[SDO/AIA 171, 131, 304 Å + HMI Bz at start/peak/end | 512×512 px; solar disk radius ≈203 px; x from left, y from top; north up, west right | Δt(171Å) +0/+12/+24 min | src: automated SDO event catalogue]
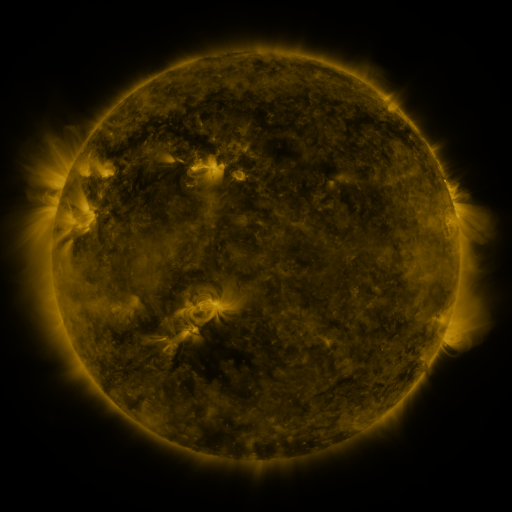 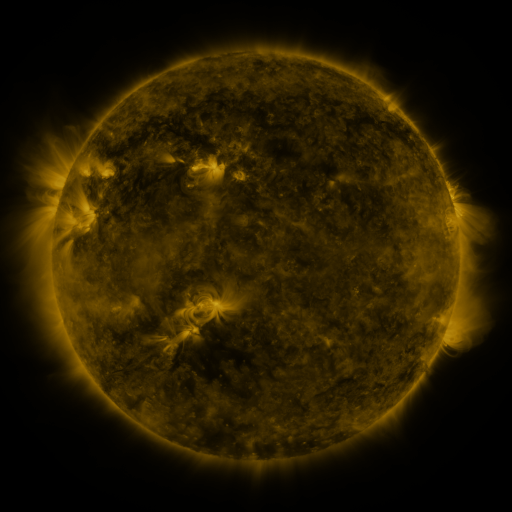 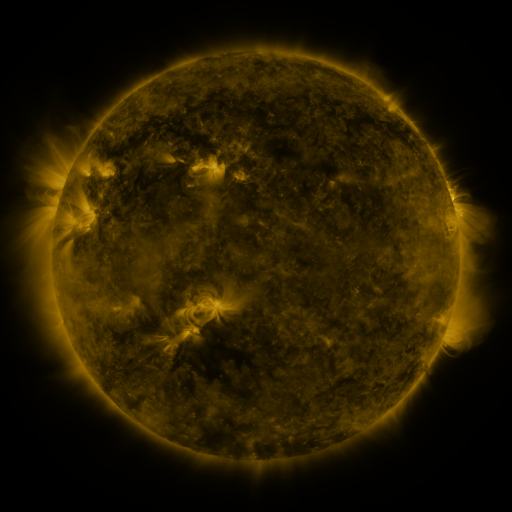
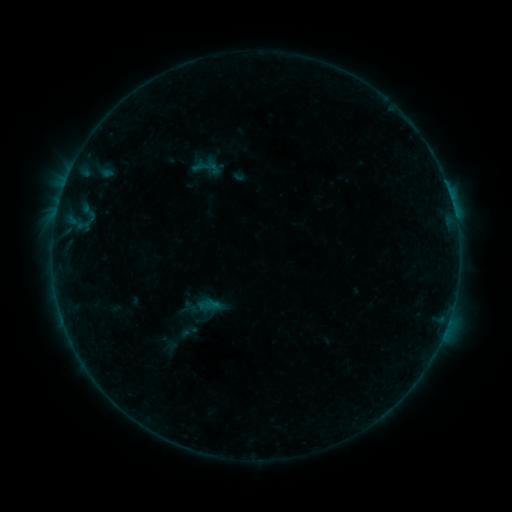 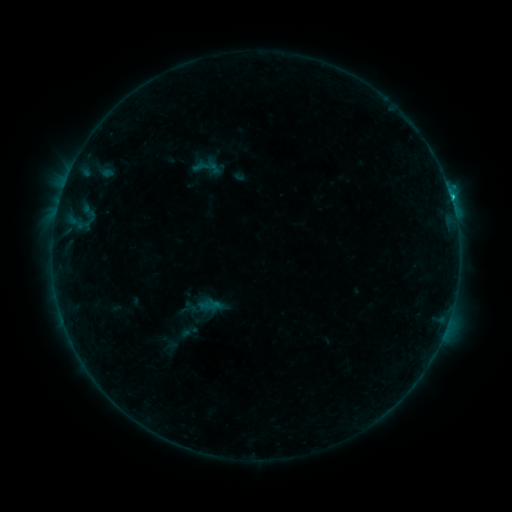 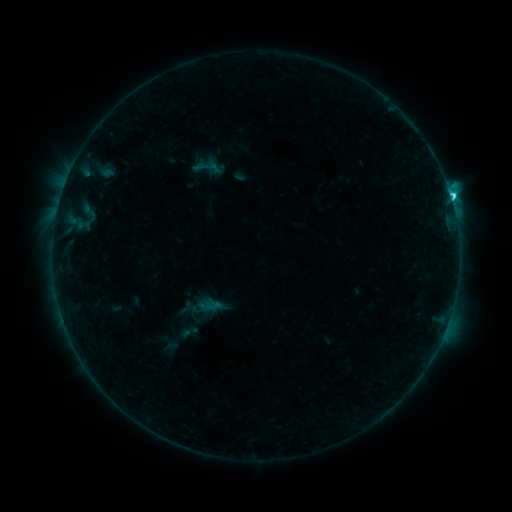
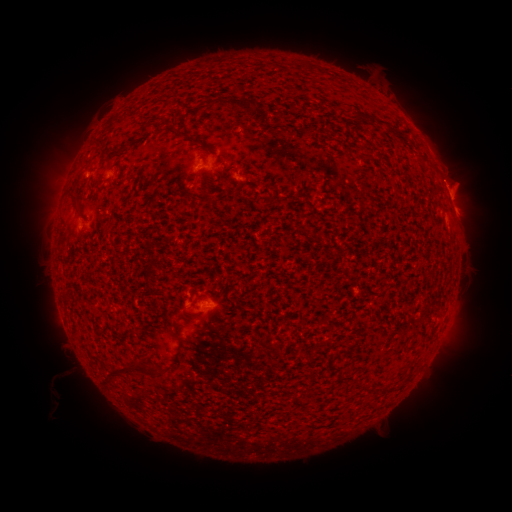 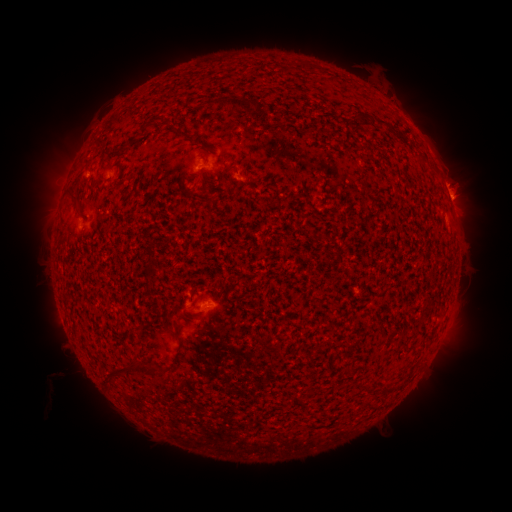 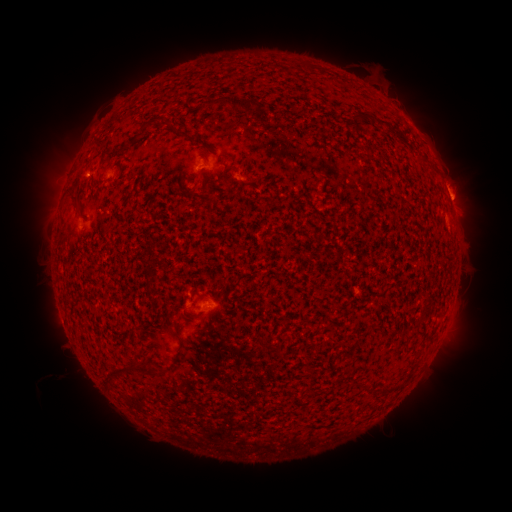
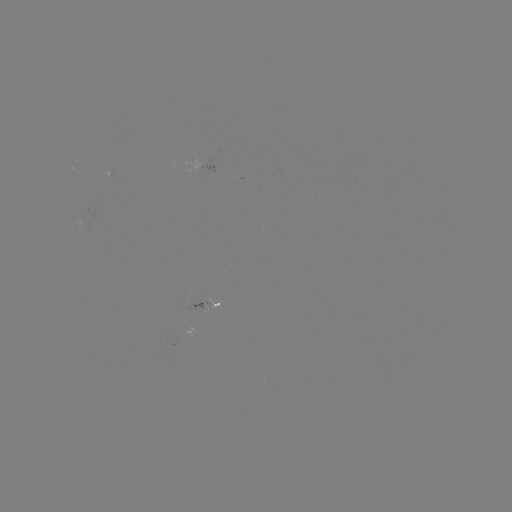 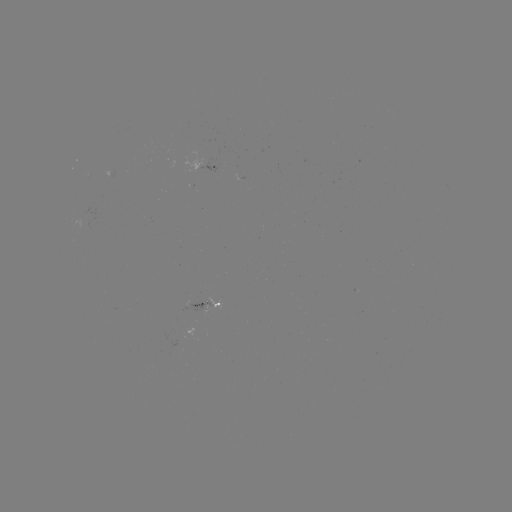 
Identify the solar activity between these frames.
C2.6 flare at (451, 199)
